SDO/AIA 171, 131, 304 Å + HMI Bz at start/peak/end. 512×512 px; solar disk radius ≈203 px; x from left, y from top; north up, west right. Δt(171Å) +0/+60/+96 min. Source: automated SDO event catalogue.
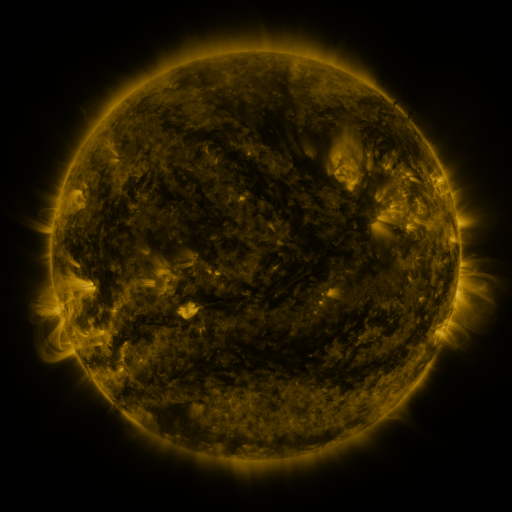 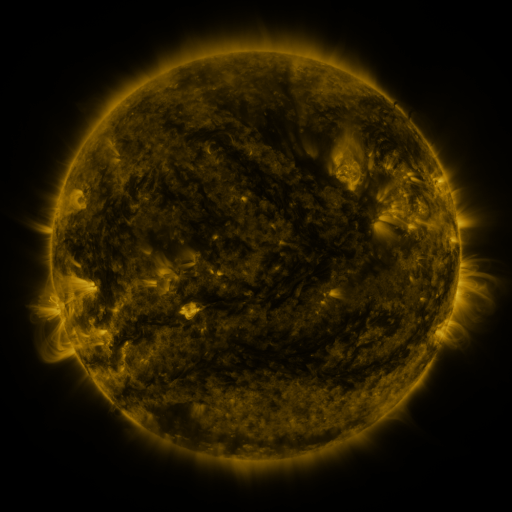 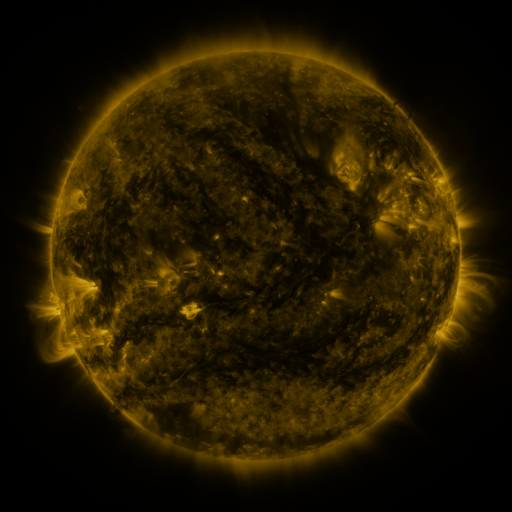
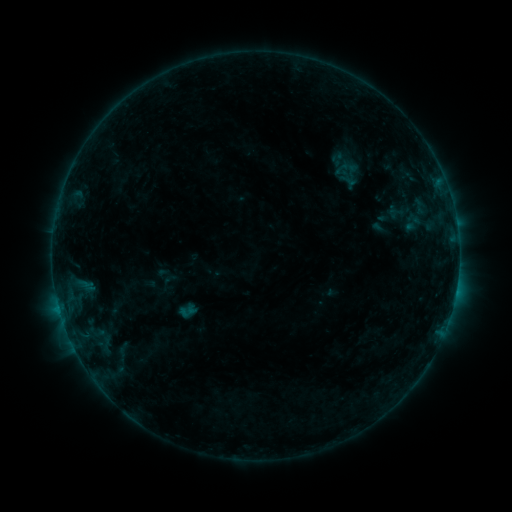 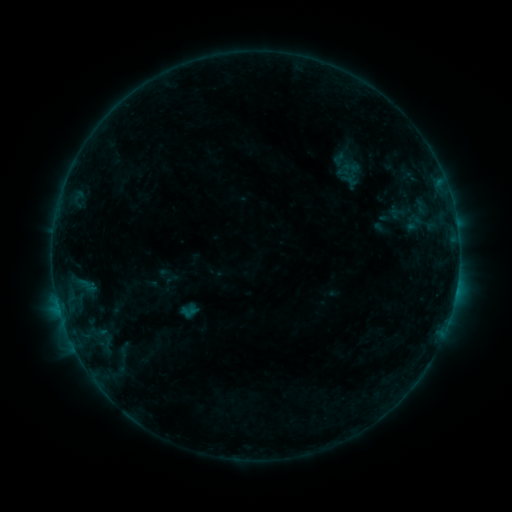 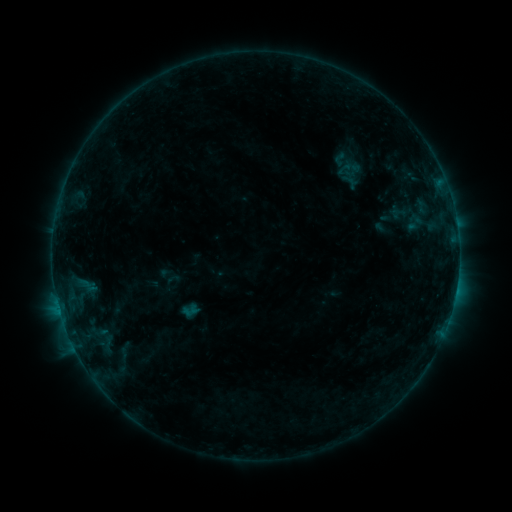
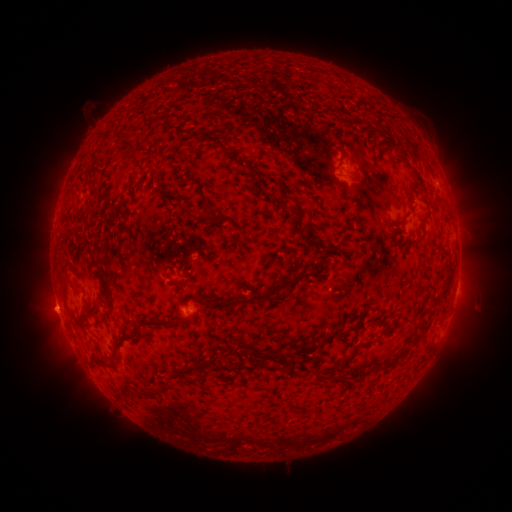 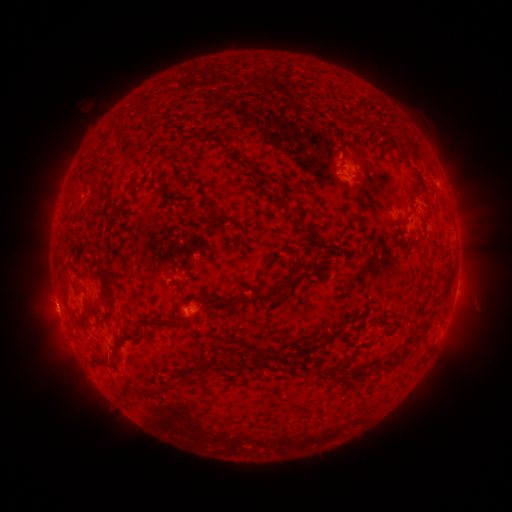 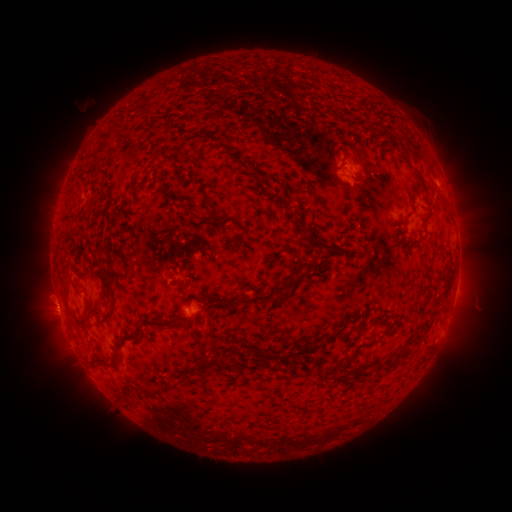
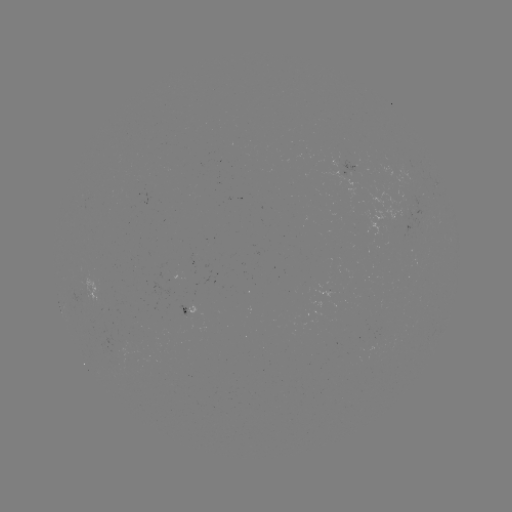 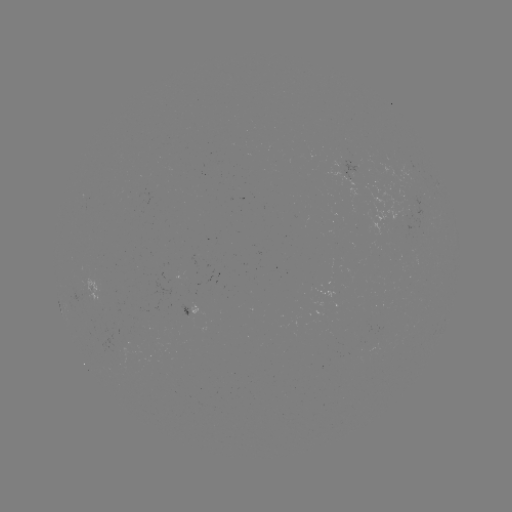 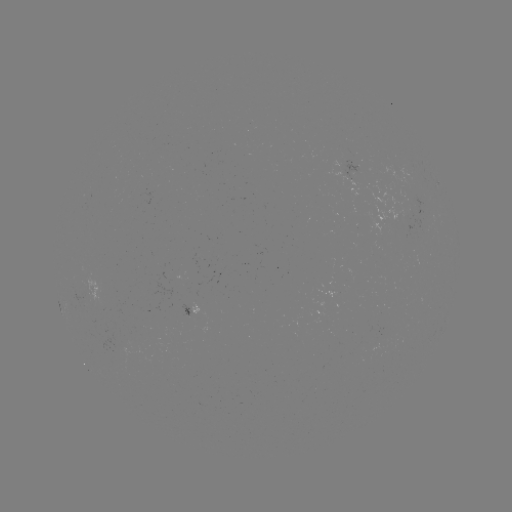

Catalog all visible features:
emerging-flux region: (407, 212)
